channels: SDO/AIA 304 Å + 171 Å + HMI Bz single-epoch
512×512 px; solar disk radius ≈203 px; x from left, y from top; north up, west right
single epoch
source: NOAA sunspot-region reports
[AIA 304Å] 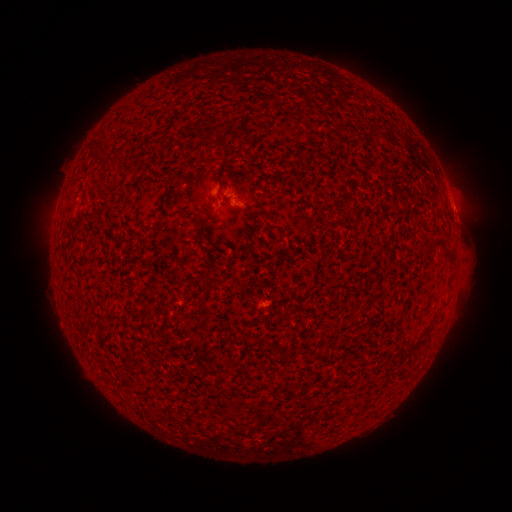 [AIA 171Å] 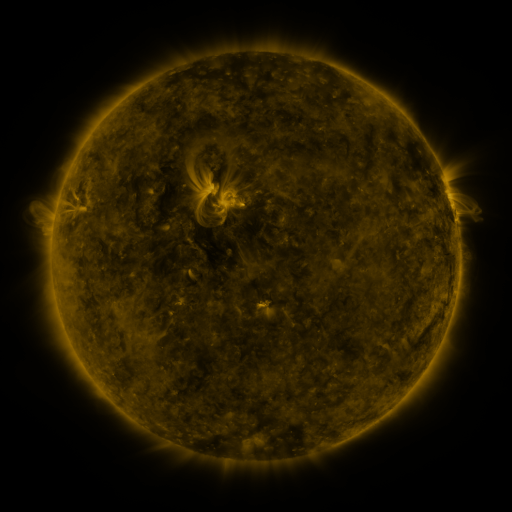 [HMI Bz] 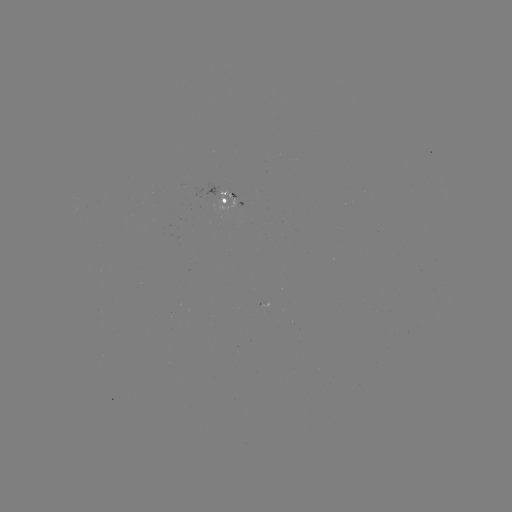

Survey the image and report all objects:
spotted active region: (232, 200)
